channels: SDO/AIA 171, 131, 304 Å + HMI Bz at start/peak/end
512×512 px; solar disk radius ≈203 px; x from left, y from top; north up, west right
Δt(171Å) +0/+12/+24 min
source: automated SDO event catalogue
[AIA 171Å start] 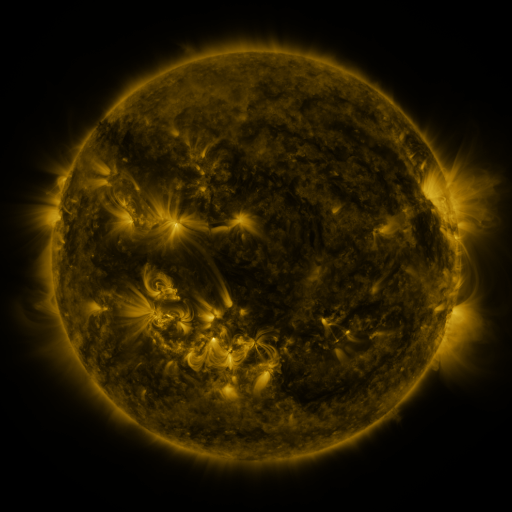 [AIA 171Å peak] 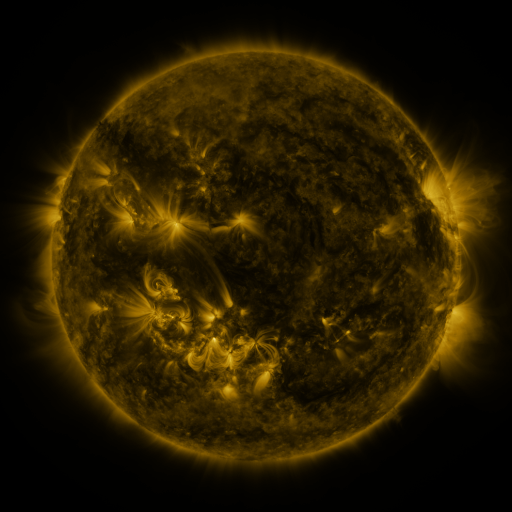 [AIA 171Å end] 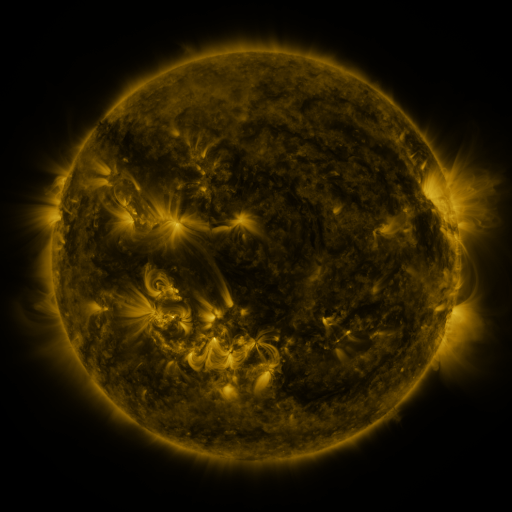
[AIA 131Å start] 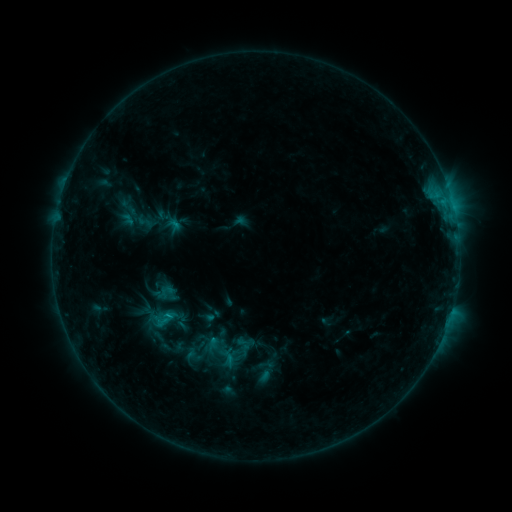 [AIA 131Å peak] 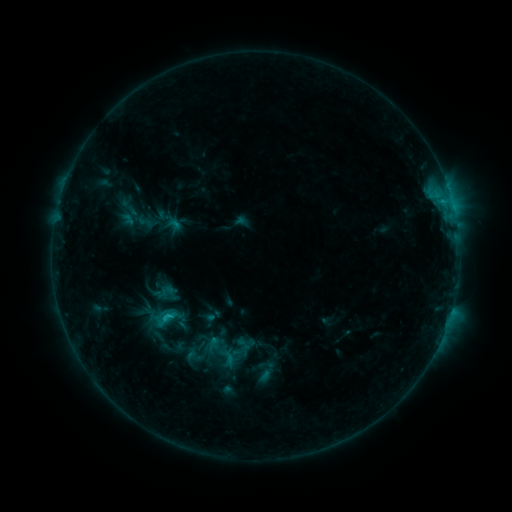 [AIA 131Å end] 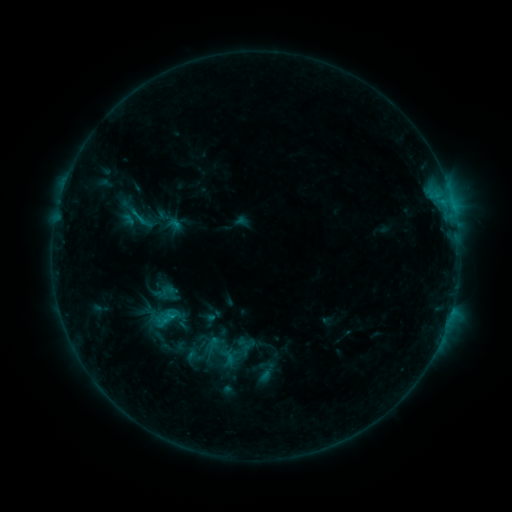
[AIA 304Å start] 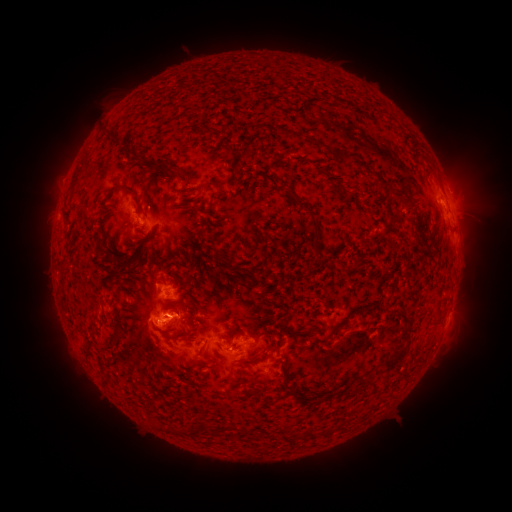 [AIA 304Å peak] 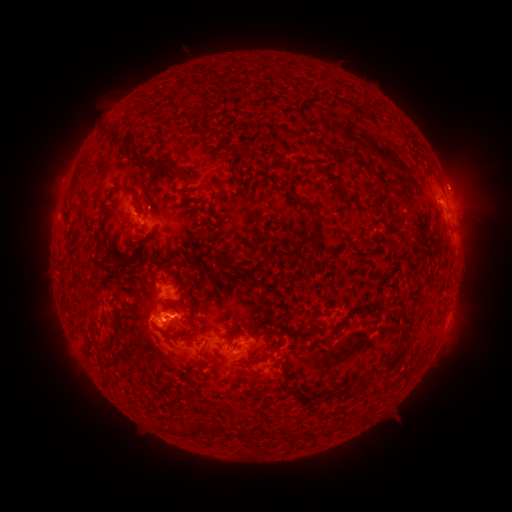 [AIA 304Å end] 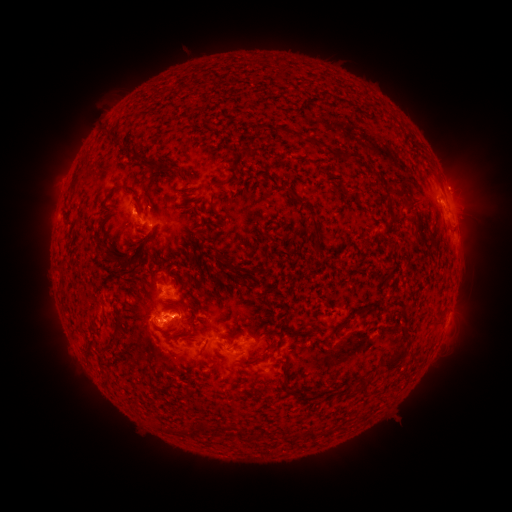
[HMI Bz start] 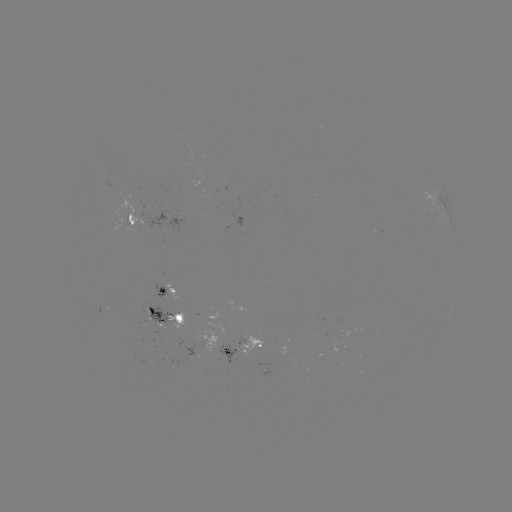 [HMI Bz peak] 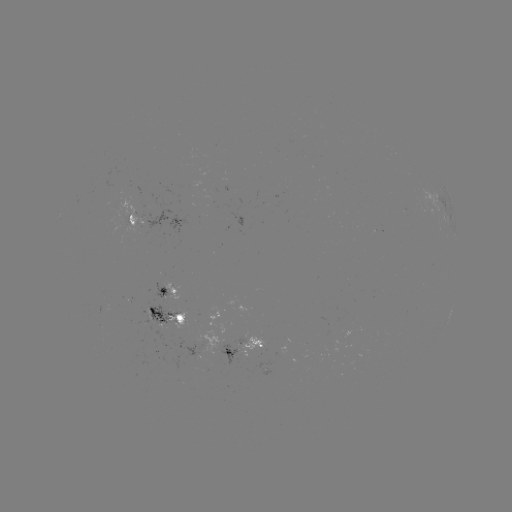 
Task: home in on C1.6 flare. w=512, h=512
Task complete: (166, 314).